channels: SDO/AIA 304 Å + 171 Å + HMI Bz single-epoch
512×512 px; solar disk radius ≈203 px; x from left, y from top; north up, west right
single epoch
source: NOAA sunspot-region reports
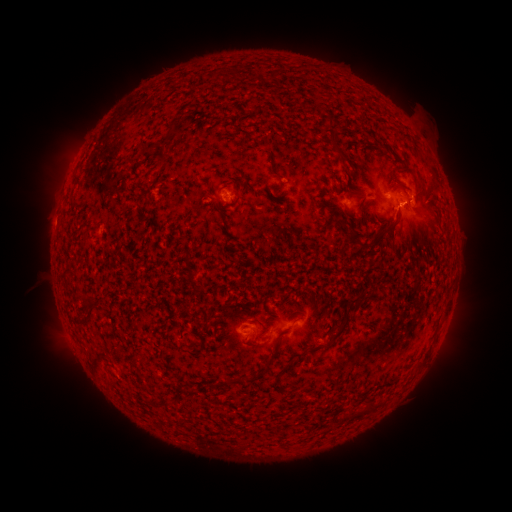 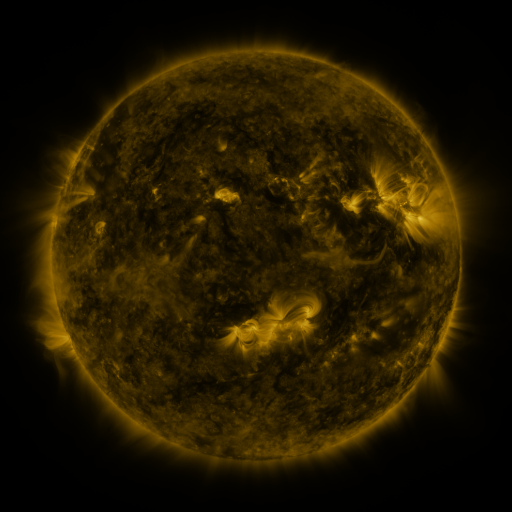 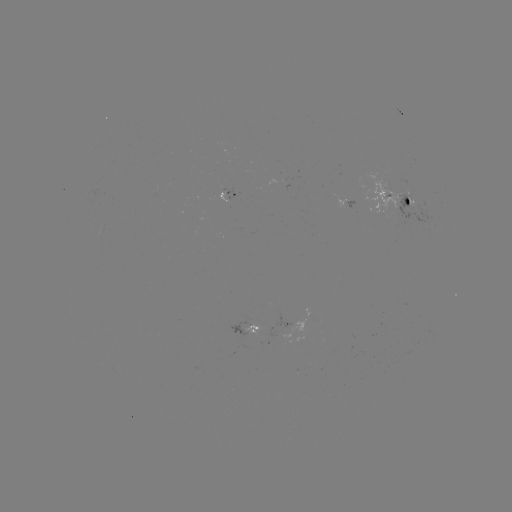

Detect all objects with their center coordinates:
spotted active region: (397, 204)
spotted active region: (345, 205)
spotted active region: (249, 325)
